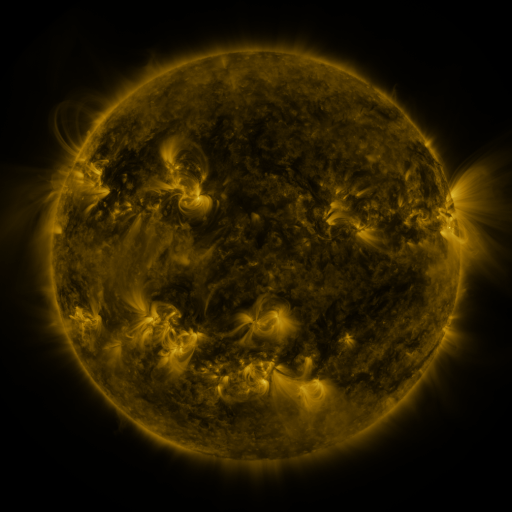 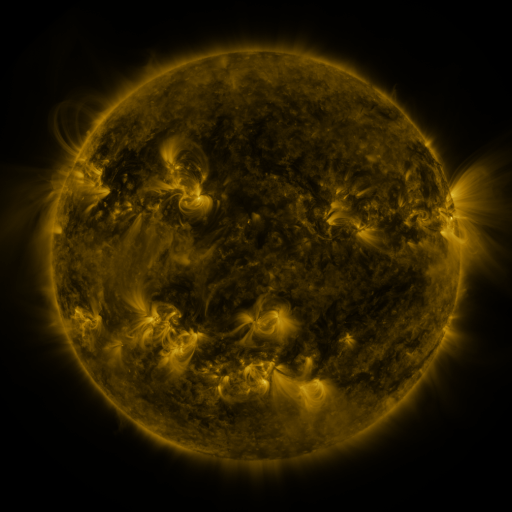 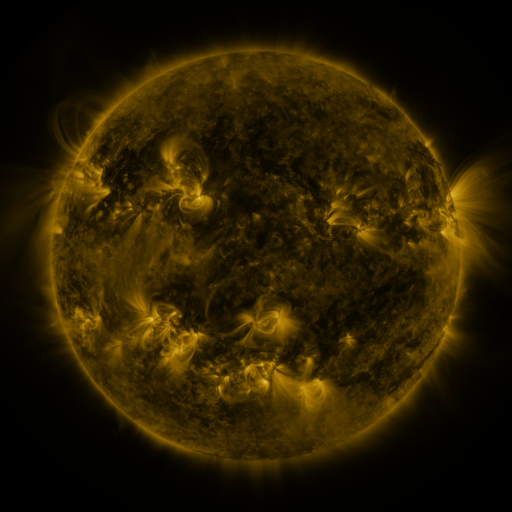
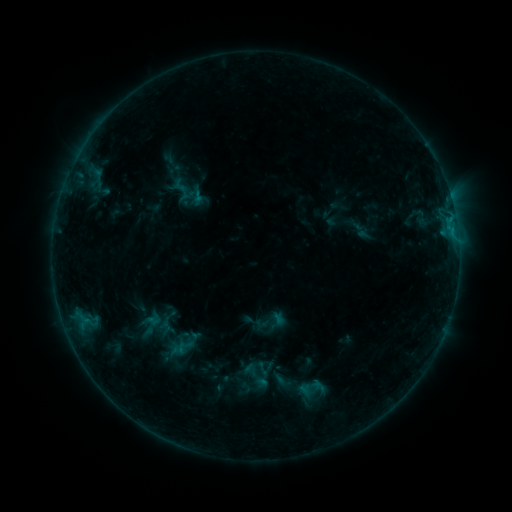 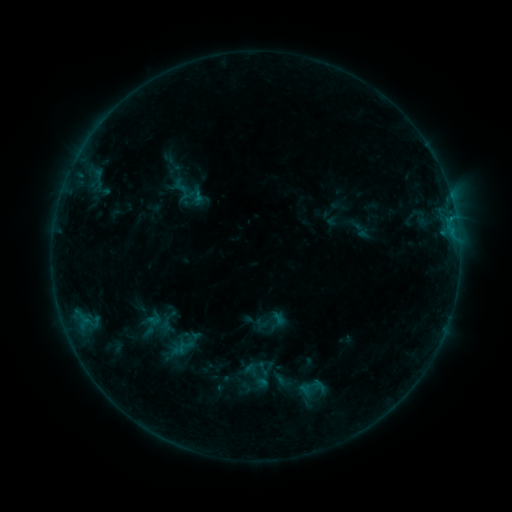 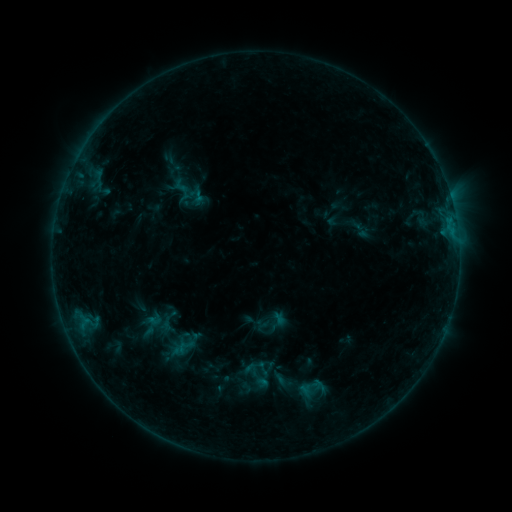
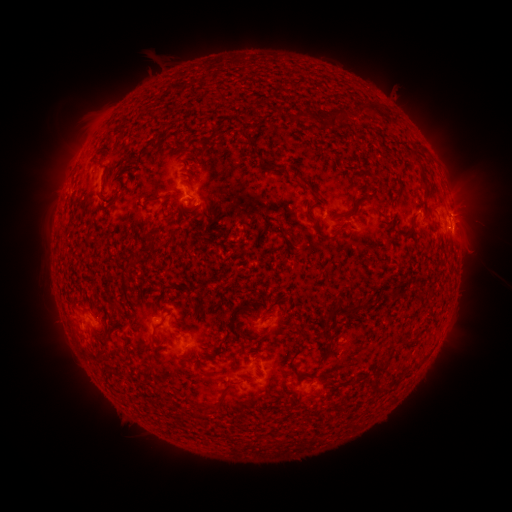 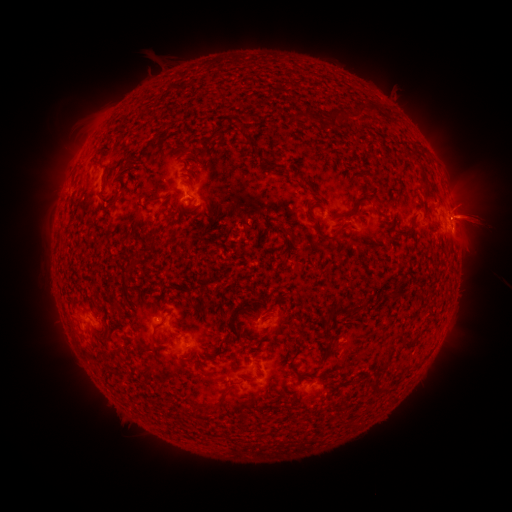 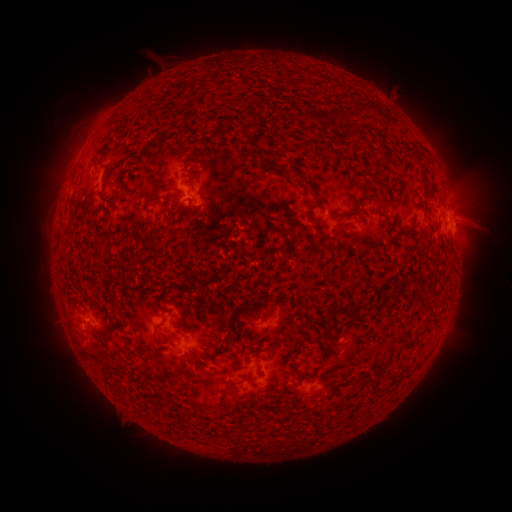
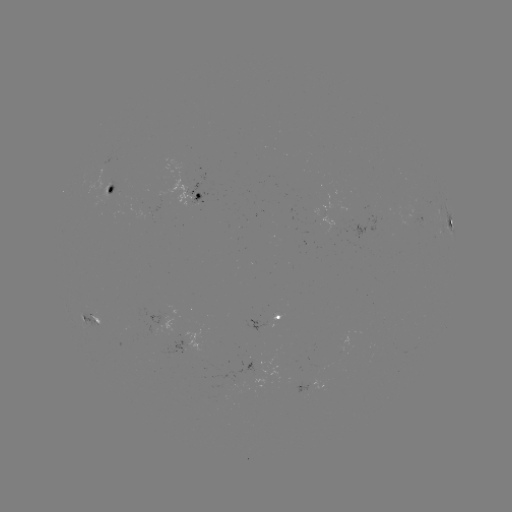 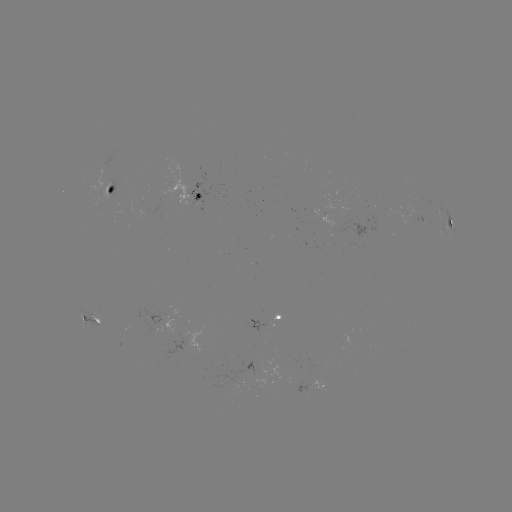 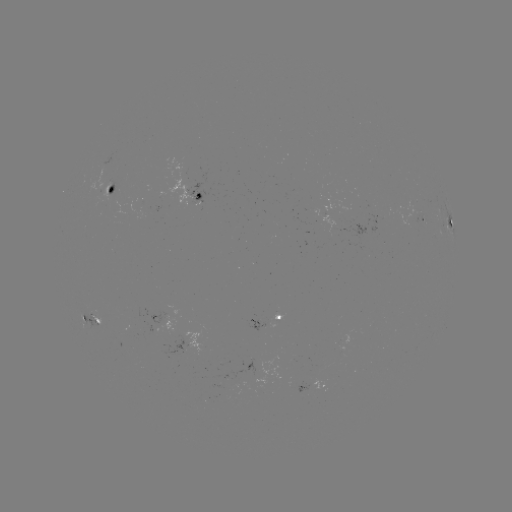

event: eruption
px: (477, 217)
